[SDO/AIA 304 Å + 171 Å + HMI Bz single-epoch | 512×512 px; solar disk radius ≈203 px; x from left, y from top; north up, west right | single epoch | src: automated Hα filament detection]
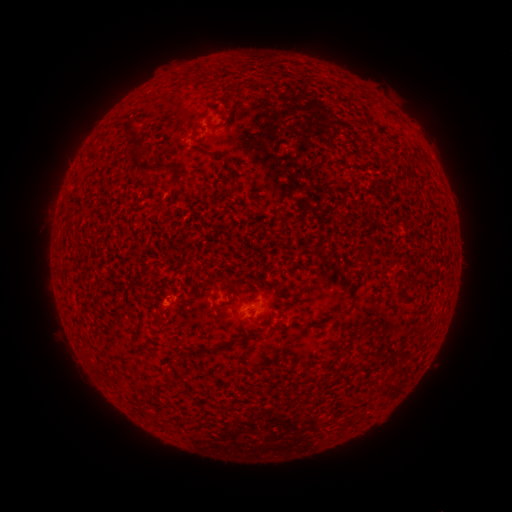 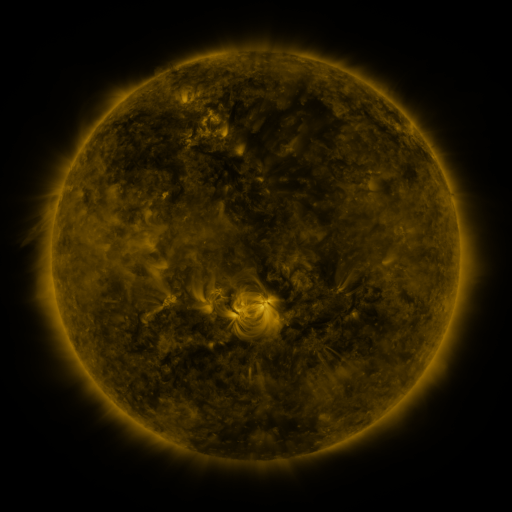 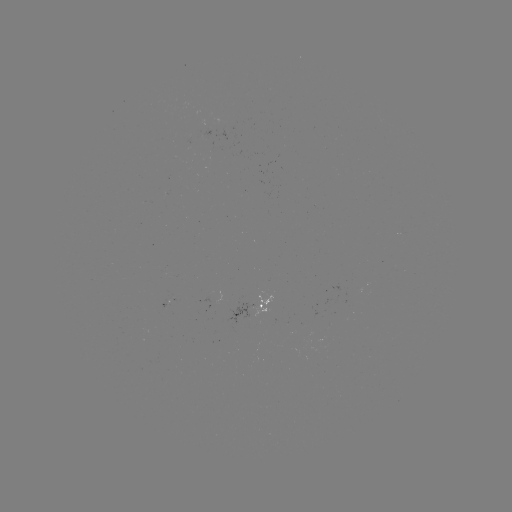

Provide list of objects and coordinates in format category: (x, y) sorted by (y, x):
filament: (257, 86)
filament: (195, 129)
filament: (135, 132)
filament: (139, 165)
filament: (177, 182)
filament: (234, 187)
filament: (346, 311)
filament: (311, 324)
filament: (133, 337)
filament: (168, 382)
filament: (140, 385)
